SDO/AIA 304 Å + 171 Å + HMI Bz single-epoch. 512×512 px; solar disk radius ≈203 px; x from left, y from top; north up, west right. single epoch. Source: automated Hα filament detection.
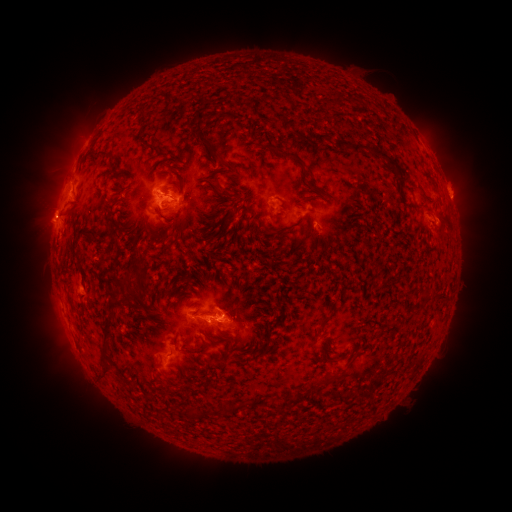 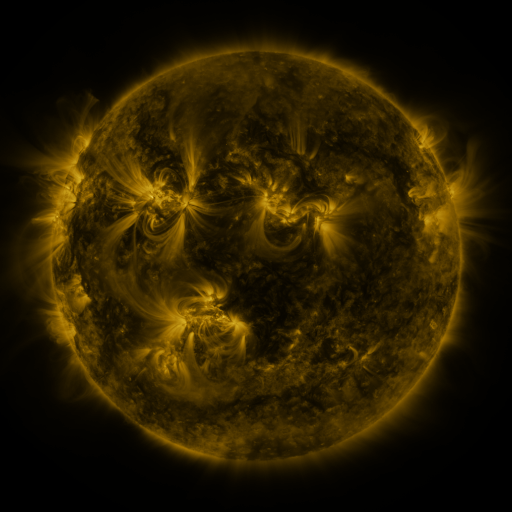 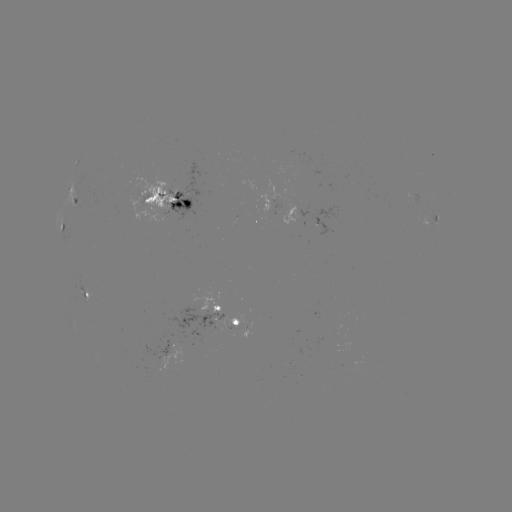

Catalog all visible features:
filament: (338, 101)
filament: (202, 117)
filament: (322, 138)
filament: (204, 140)
filament: (372, 150)
filament: (101, 151)
filament: (290, 156)
filament: (218, 157)
filament: (315, 189)
filament: (149, 199)
filament: (423, 209)
filament: (231, 217)
filament: (161, 236)
filament: (439, 298)
filament: (267, 337)
filament: (103, 338)
filament: (193, 351)
filament: (323, 360)
